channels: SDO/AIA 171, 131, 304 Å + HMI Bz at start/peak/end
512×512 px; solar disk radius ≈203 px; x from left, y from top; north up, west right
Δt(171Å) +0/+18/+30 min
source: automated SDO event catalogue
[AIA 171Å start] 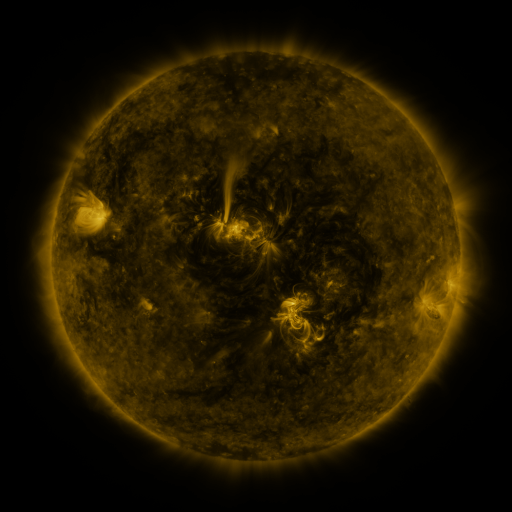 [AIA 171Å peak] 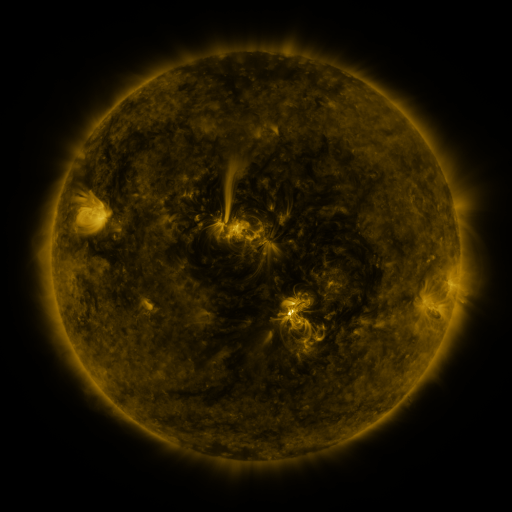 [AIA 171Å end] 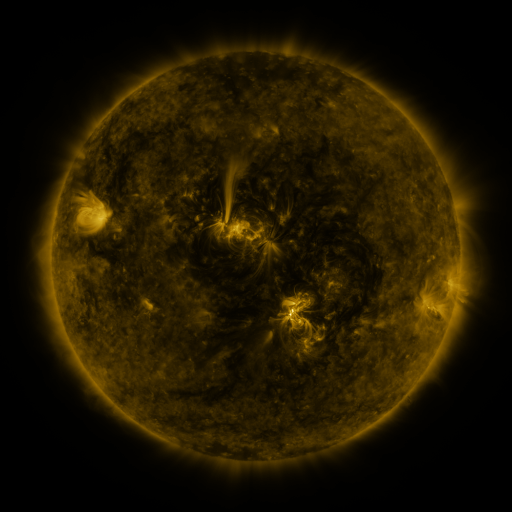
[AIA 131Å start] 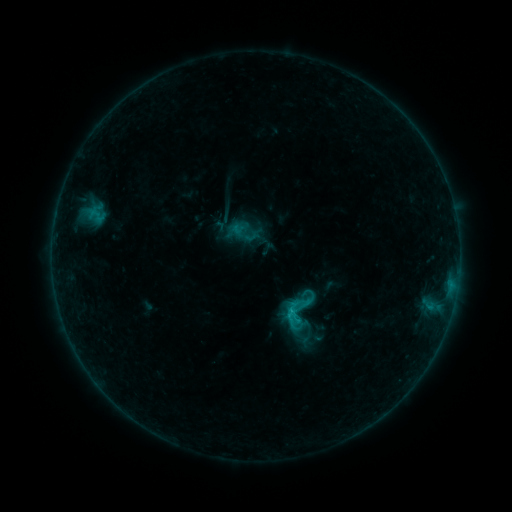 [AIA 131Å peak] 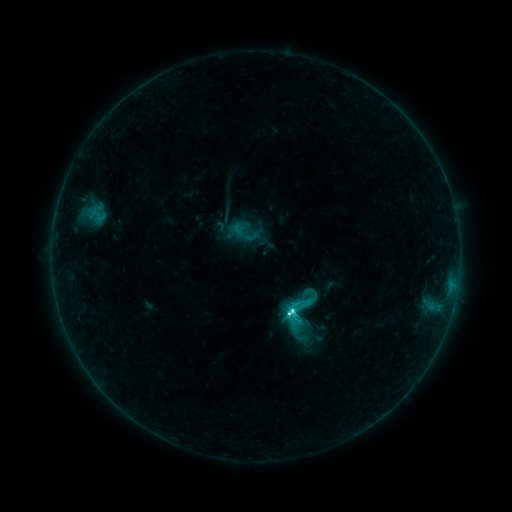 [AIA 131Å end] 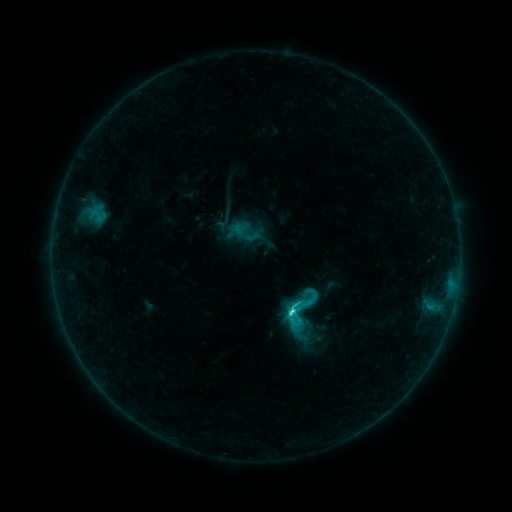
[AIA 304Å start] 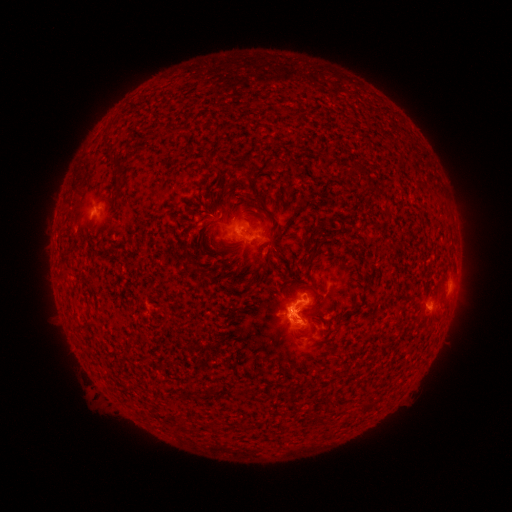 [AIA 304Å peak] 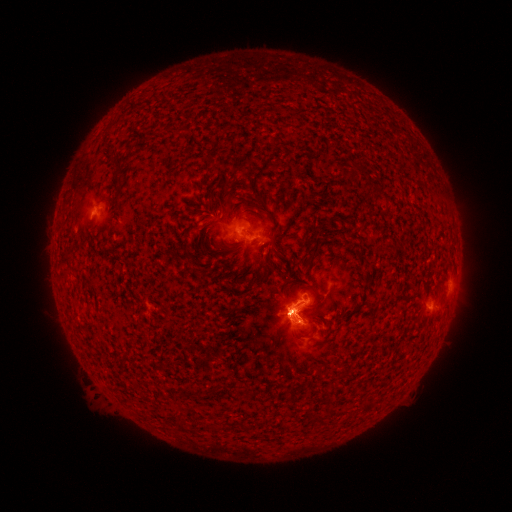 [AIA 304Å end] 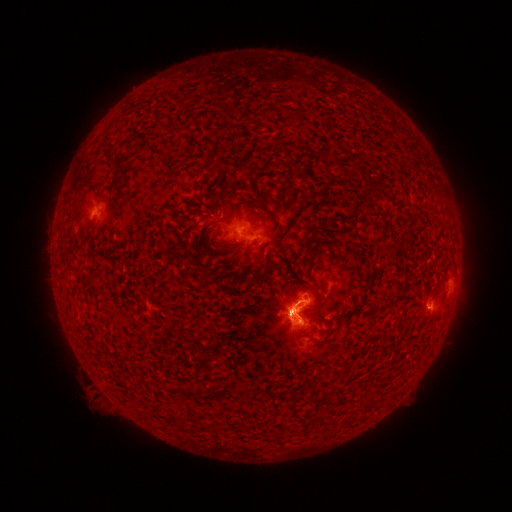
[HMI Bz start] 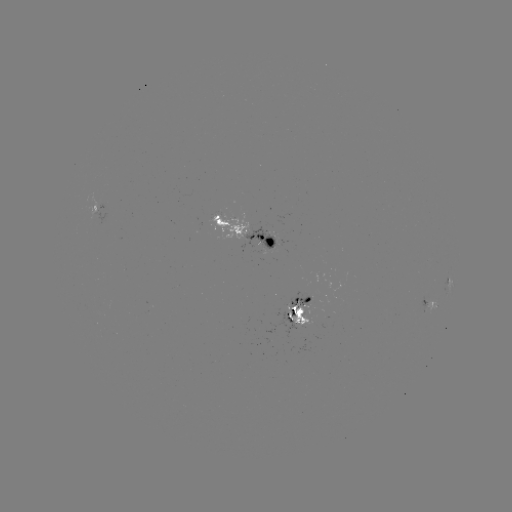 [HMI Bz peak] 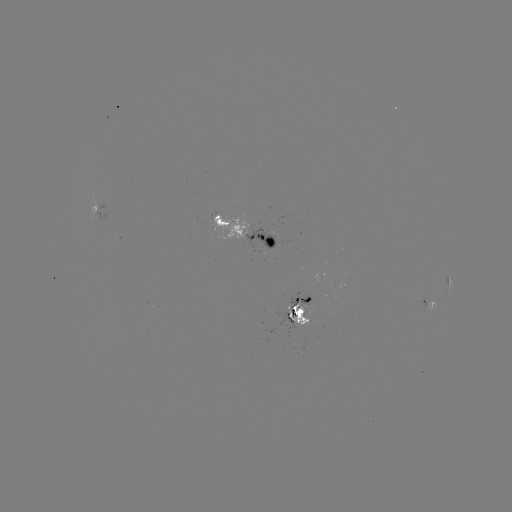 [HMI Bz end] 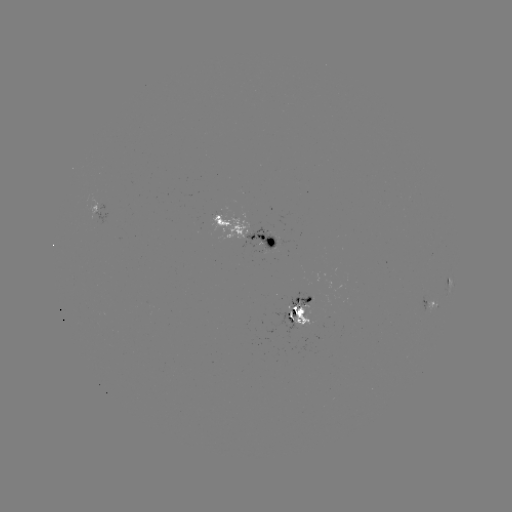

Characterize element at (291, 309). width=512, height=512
C6.0 flare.